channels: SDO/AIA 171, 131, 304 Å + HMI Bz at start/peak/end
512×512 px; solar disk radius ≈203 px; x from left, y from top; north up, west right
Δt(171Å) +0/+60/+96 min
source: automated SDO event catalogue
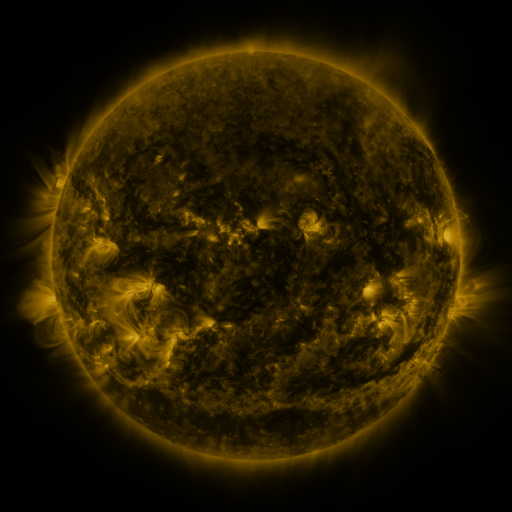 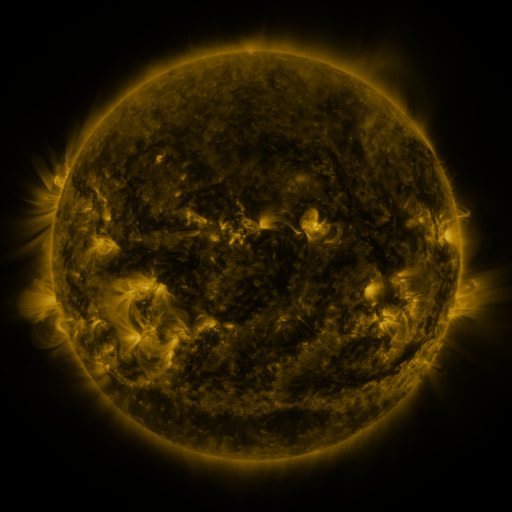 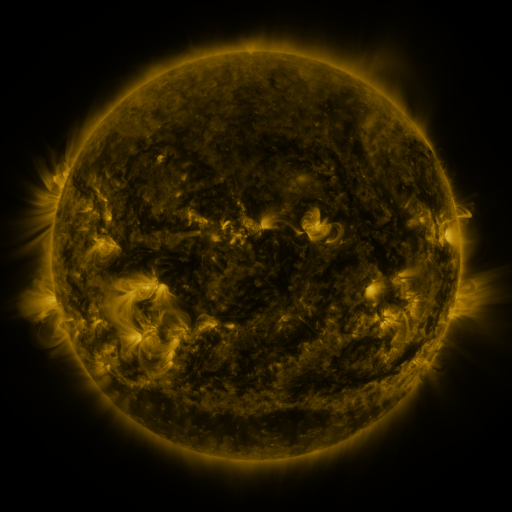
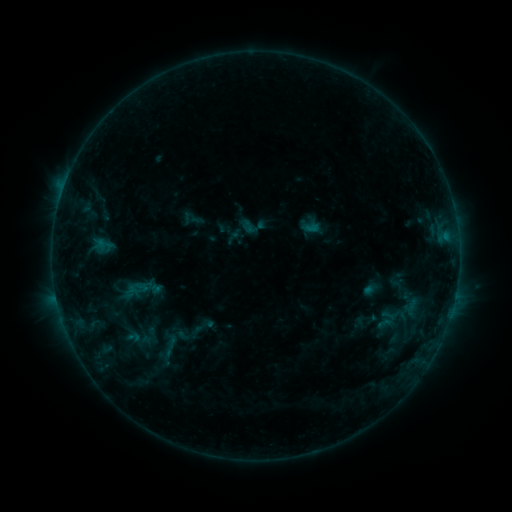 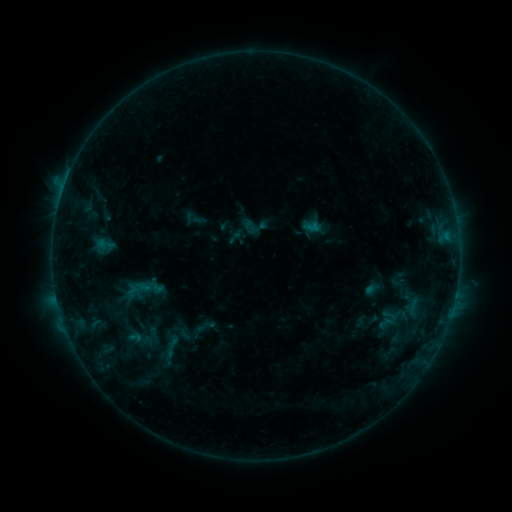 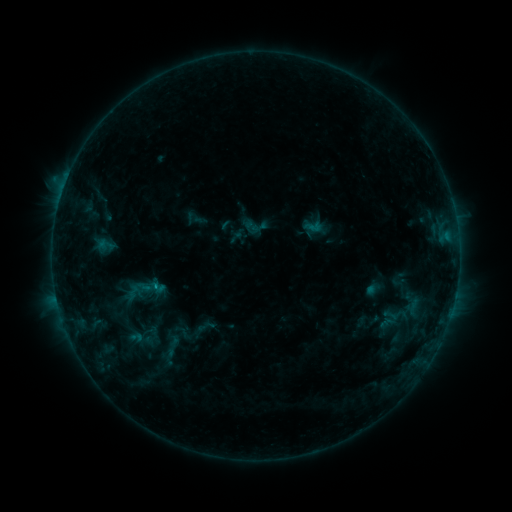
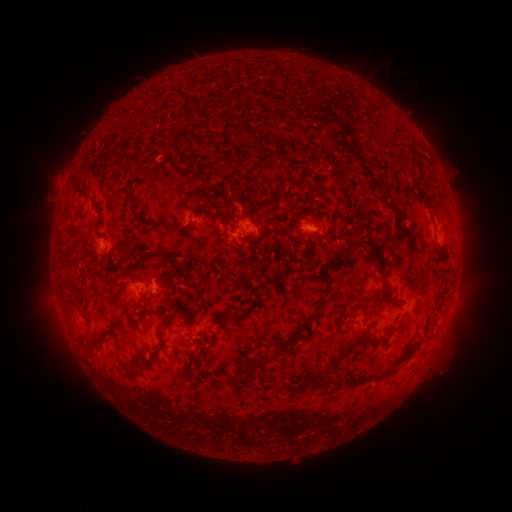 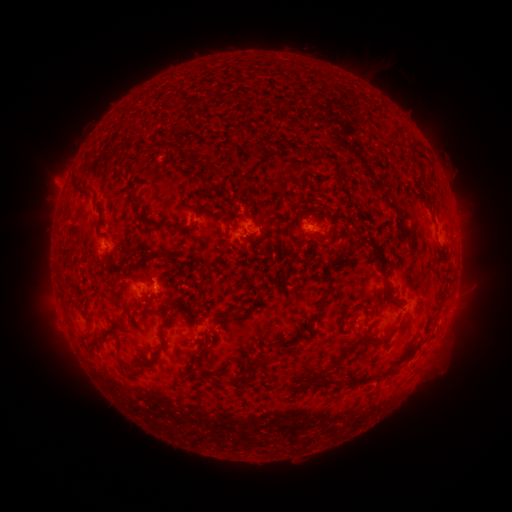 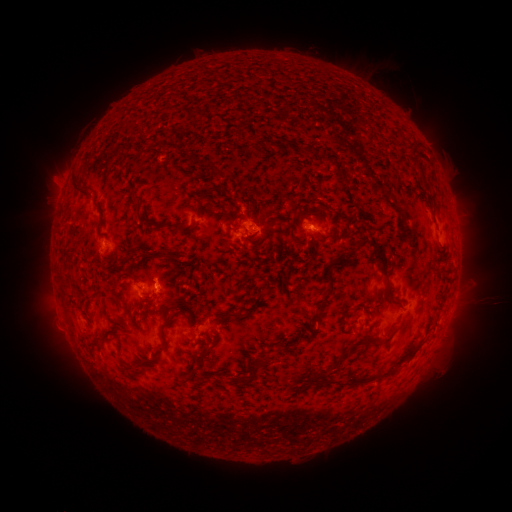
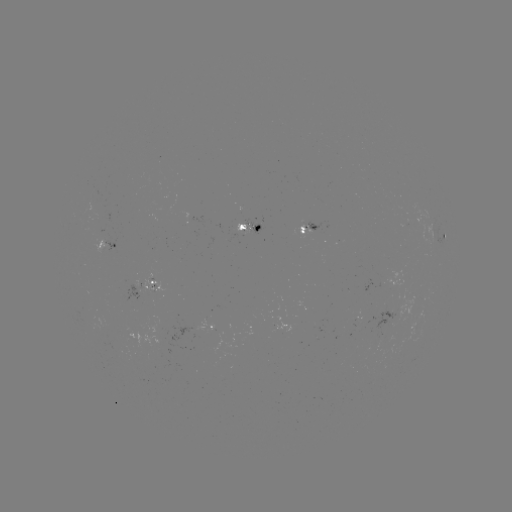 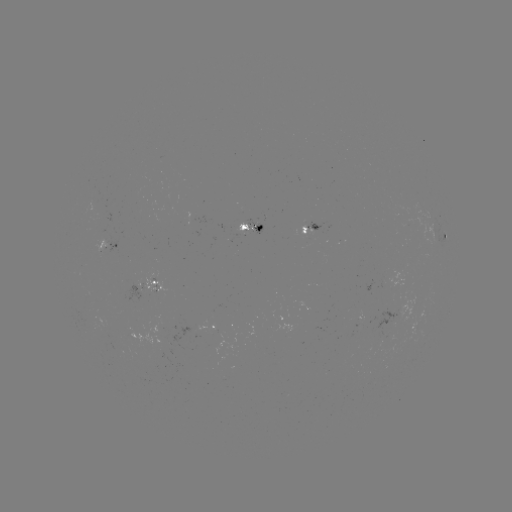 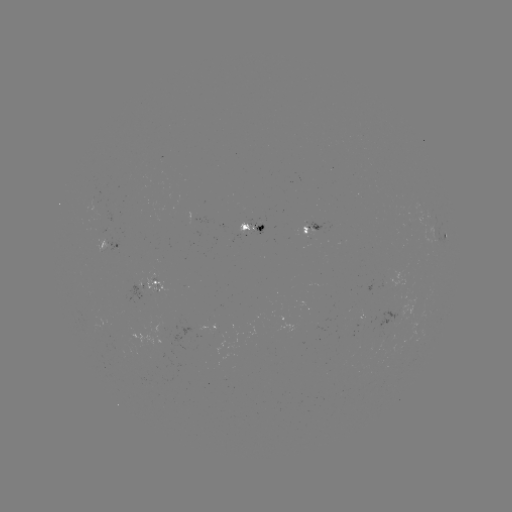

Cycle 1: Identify emerging-flux region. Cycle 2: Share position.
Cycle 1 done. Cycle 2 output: [245, 231].